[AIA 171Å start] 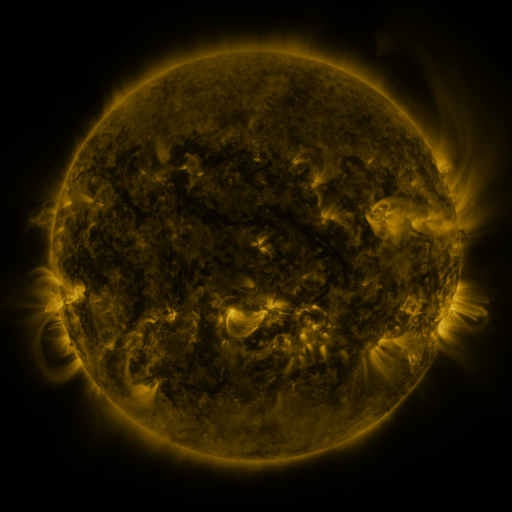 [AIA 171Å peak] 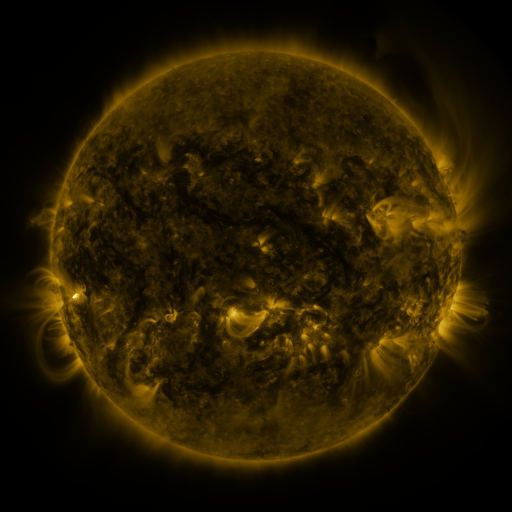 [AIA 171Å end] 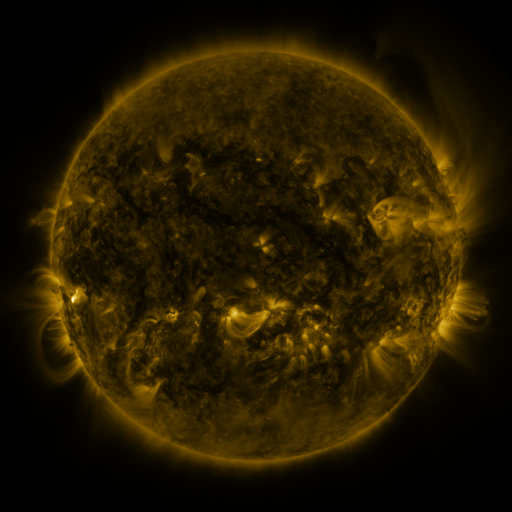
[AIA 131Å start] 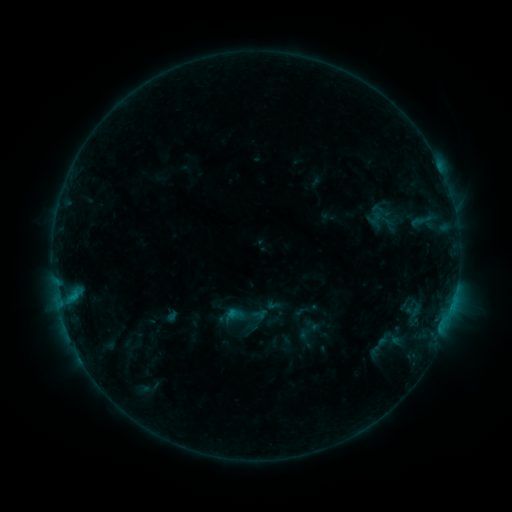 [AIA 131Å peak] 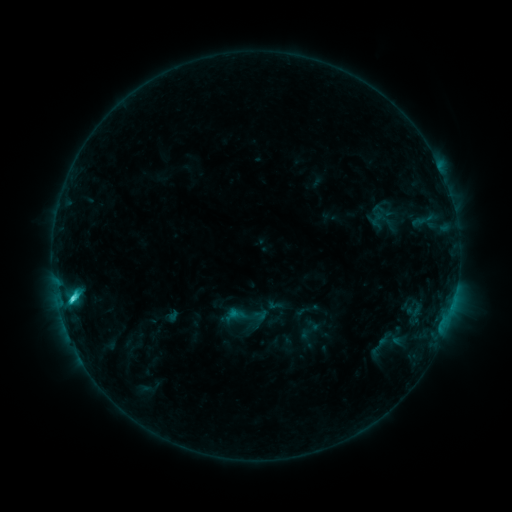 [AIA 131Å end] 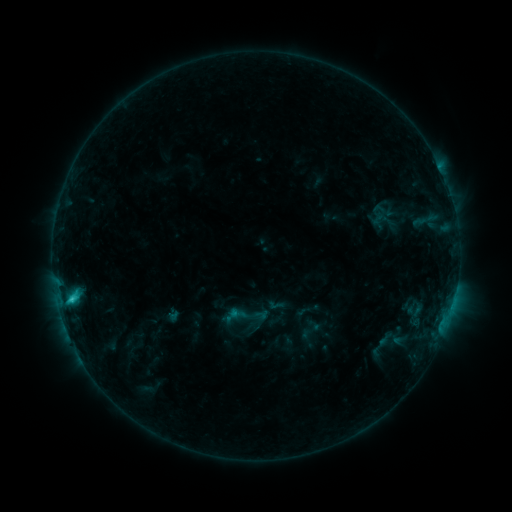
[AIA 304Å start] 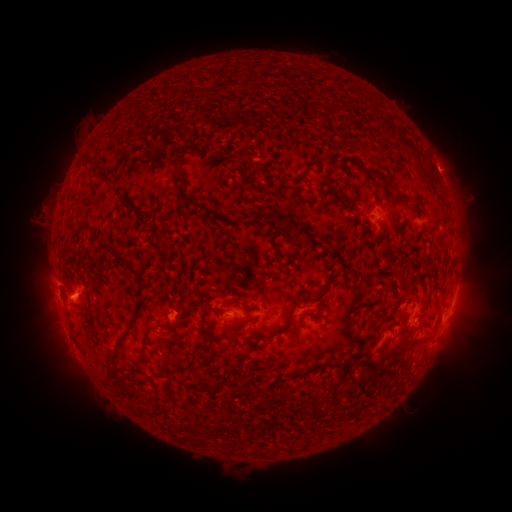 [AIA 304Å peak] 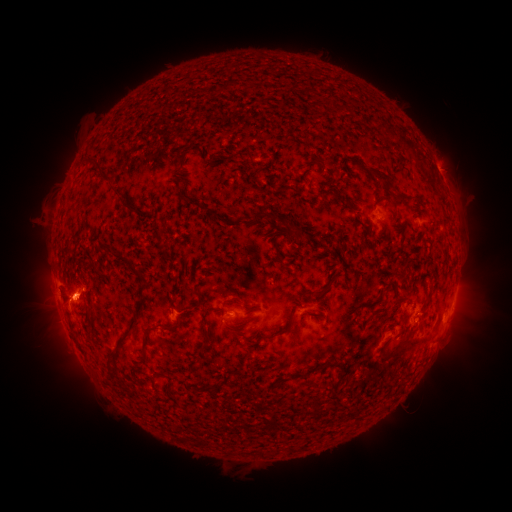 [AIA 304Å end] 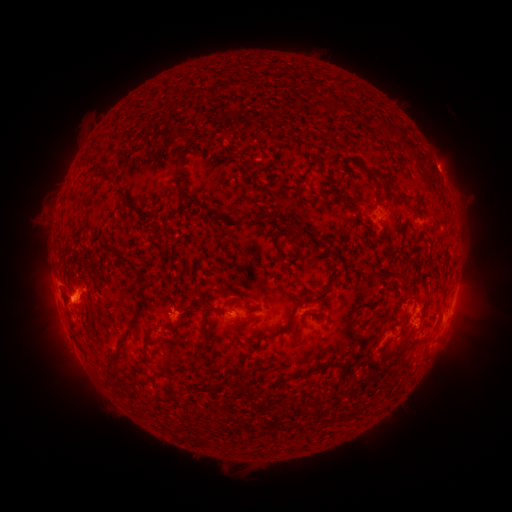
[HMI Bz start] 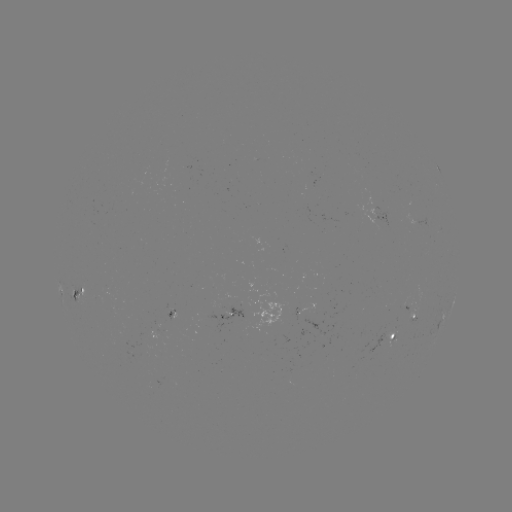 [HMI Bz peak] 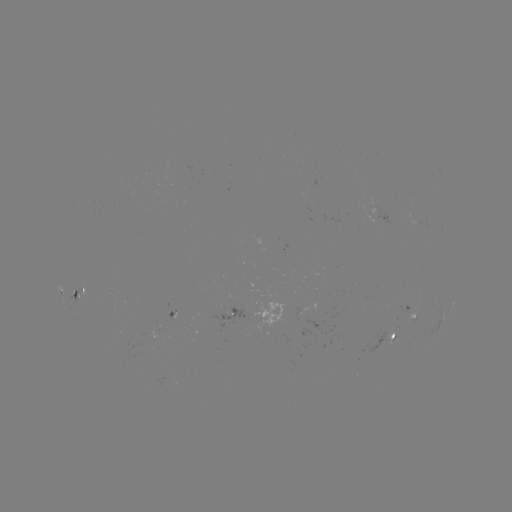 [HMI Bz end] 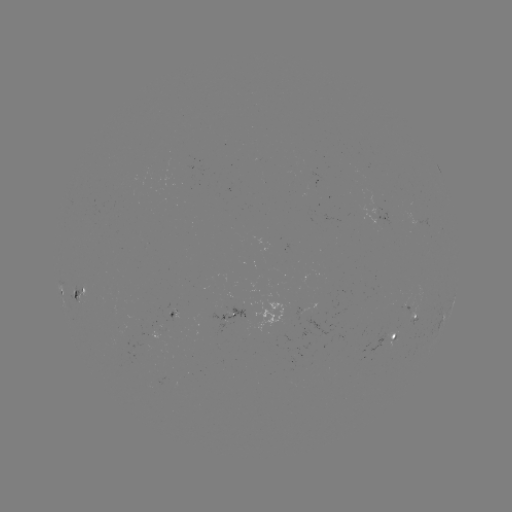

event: flare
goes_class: C2.3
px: (72, 295)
